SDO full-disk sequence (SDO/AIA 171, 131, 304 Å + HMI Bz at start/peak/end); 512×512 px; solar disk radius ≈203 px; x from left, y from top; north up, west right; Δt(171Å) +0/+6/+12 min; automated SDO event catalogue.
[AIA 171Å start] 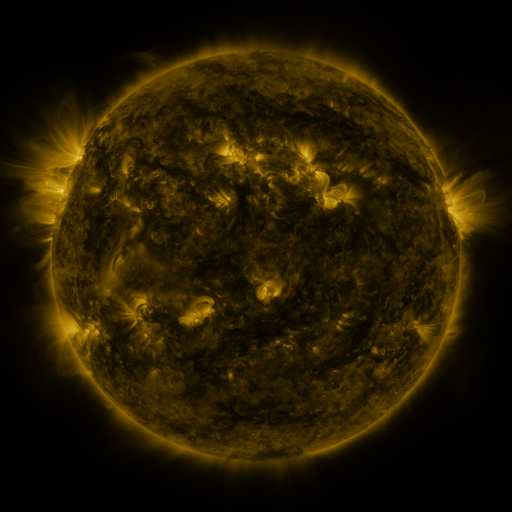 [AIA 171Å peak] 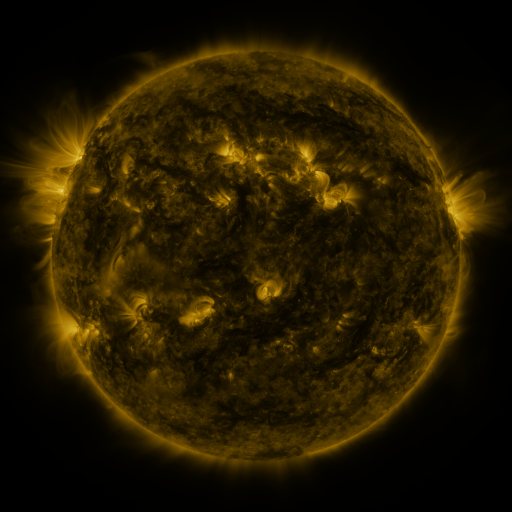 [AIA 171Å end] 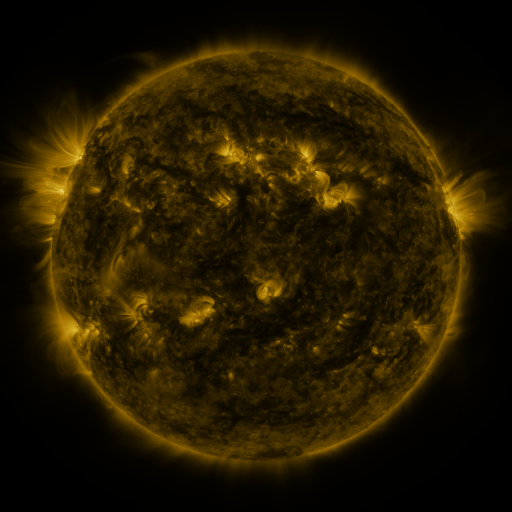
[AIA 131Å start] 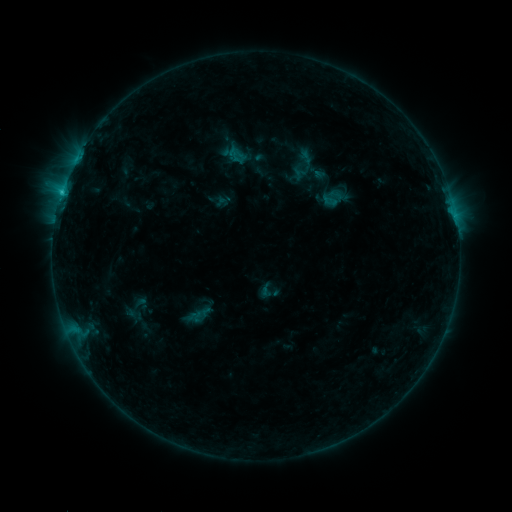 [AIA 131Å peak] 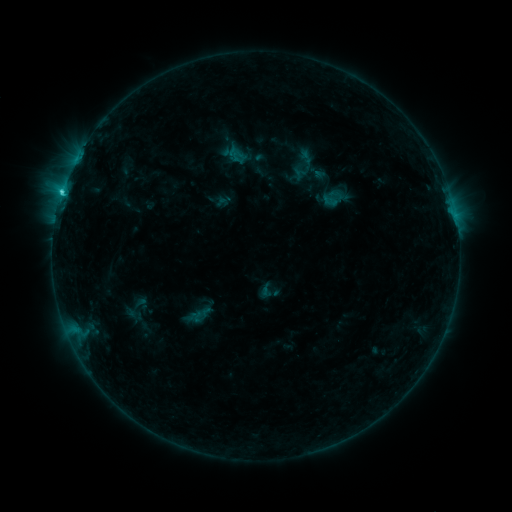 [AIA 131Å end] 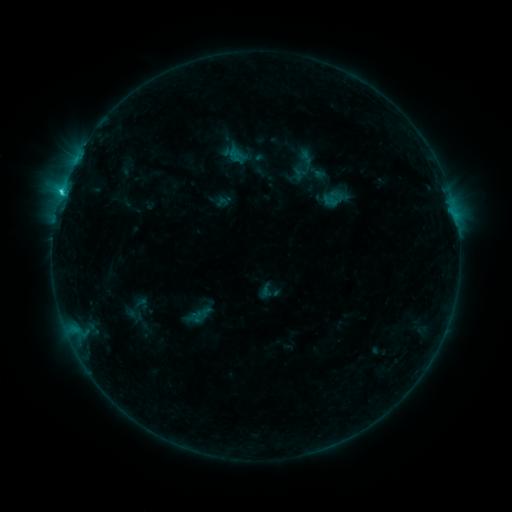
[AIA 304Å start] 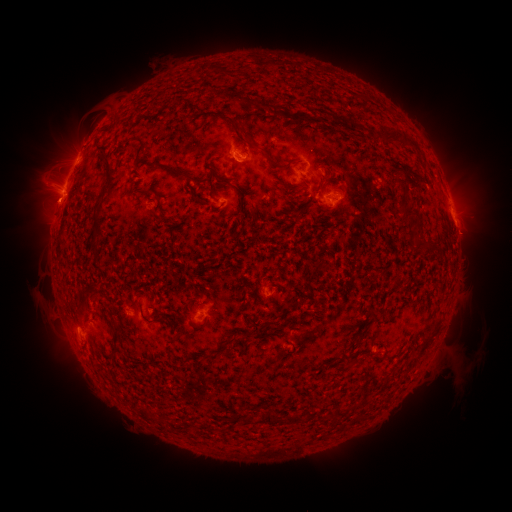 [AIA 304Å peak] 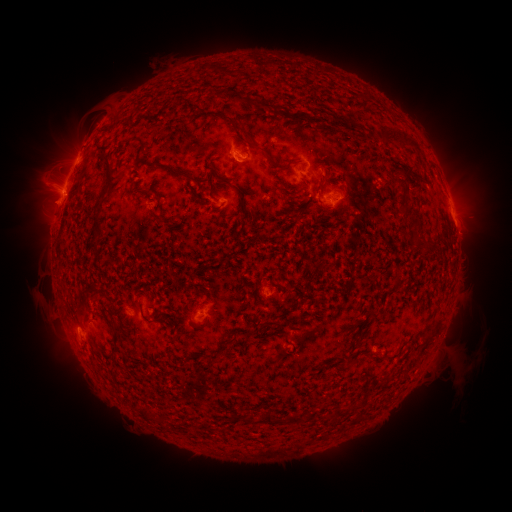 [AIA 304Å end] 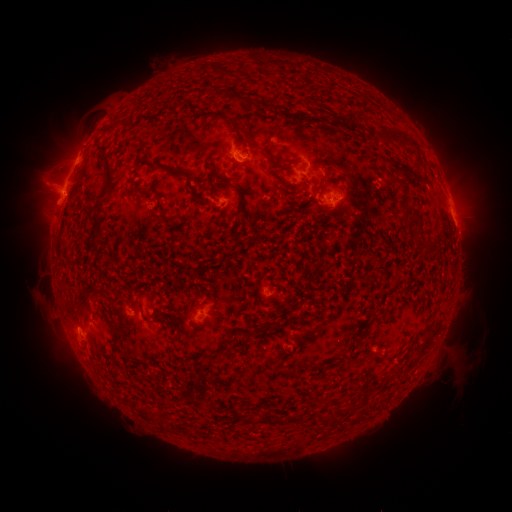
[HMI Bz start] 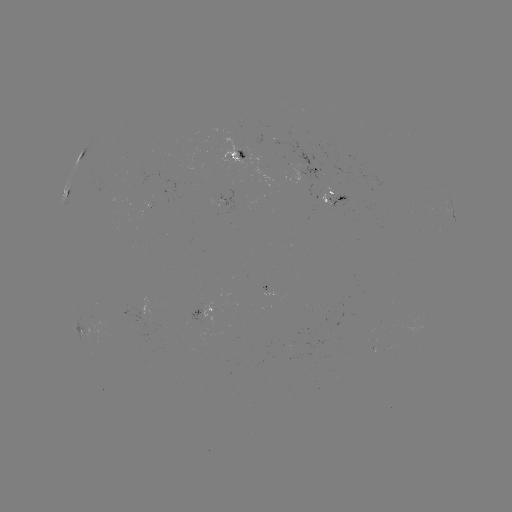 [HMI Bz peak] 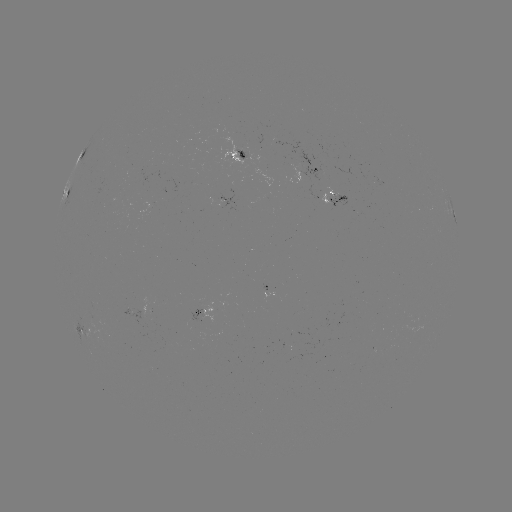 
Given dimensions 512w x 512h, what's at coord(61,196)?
C1.5 flare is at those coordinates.